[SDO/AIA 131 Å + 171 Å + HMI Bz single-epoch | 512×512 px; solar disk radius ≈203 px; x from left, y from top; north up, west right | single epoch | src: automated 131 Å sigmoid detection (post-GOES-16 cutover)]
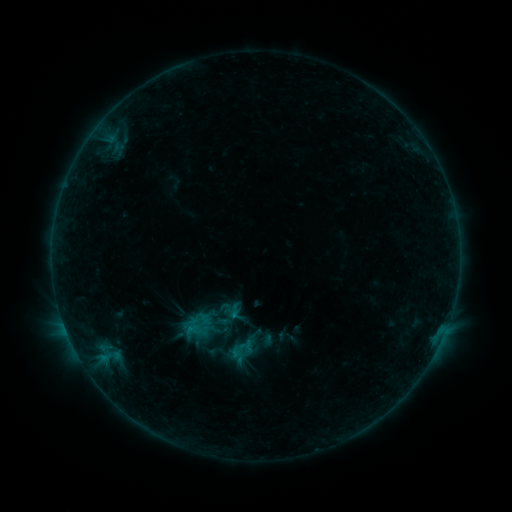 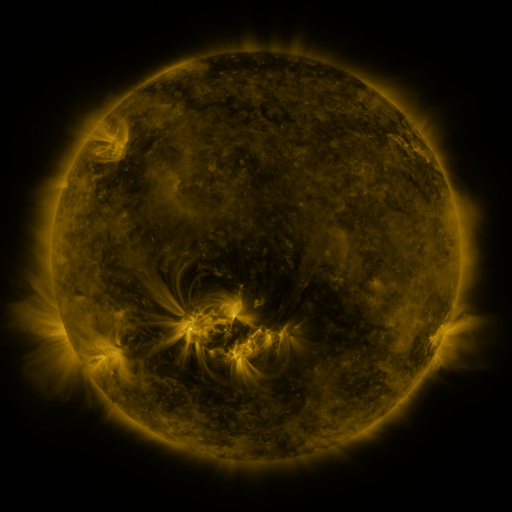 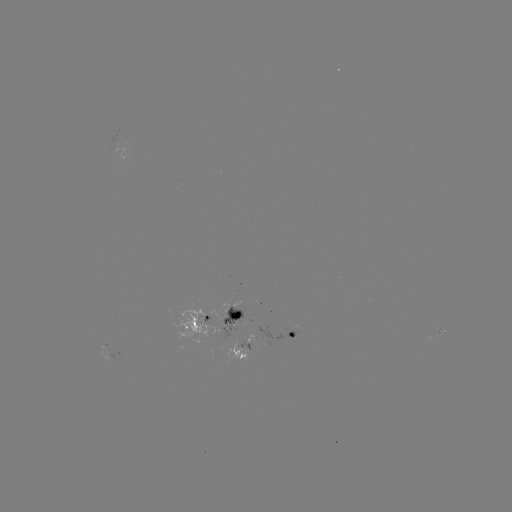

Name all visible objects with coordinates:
sigmoid: (200, 318)
sigmoid: (242, 349)
